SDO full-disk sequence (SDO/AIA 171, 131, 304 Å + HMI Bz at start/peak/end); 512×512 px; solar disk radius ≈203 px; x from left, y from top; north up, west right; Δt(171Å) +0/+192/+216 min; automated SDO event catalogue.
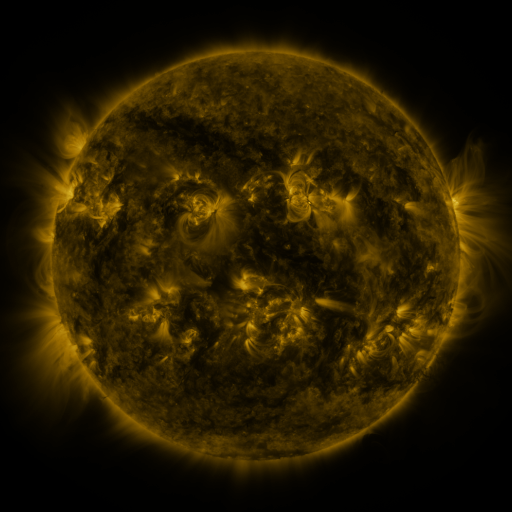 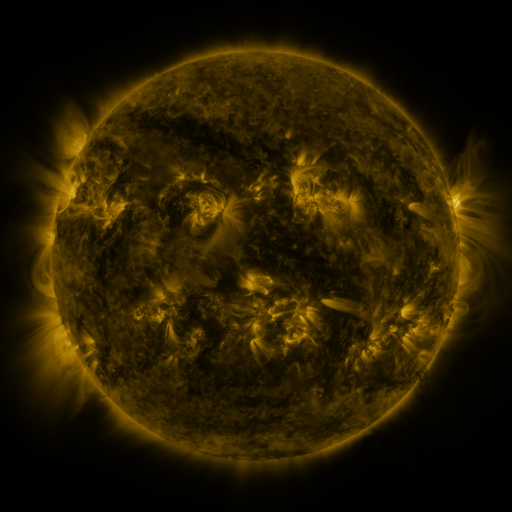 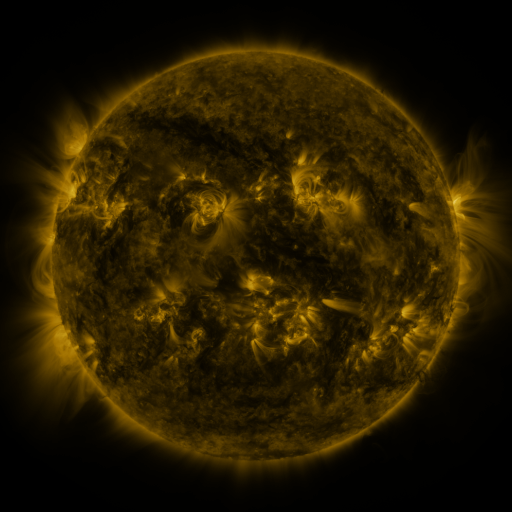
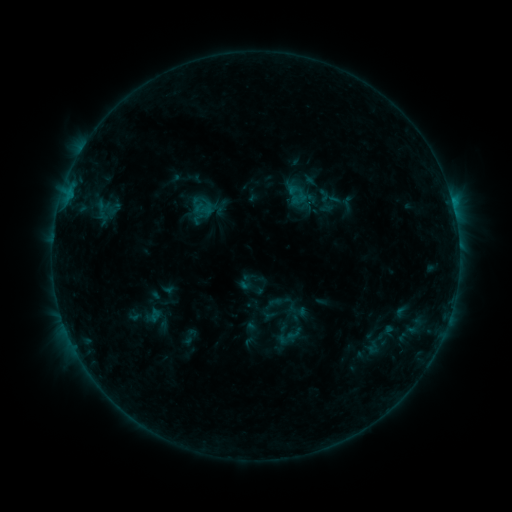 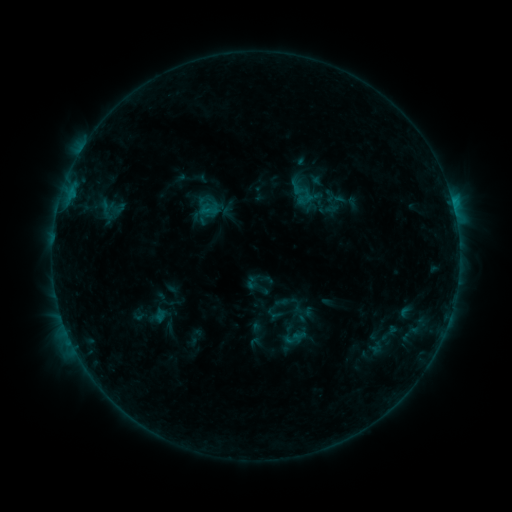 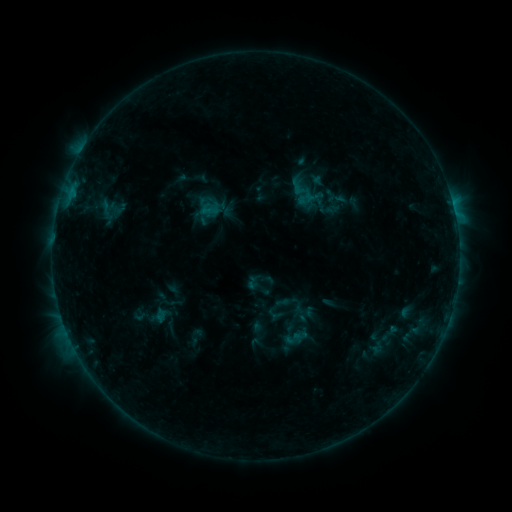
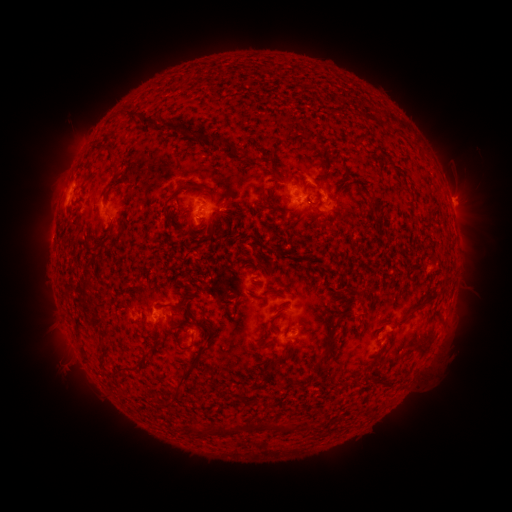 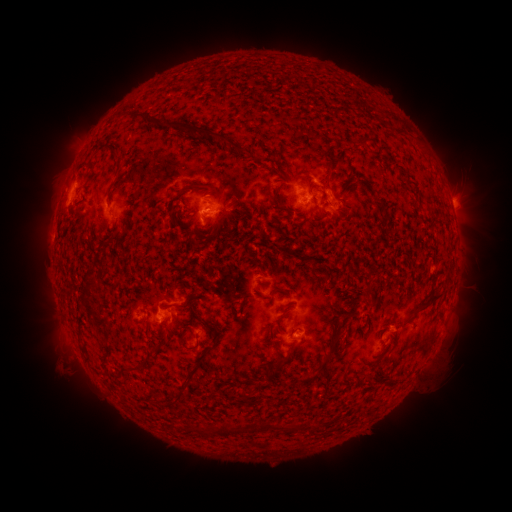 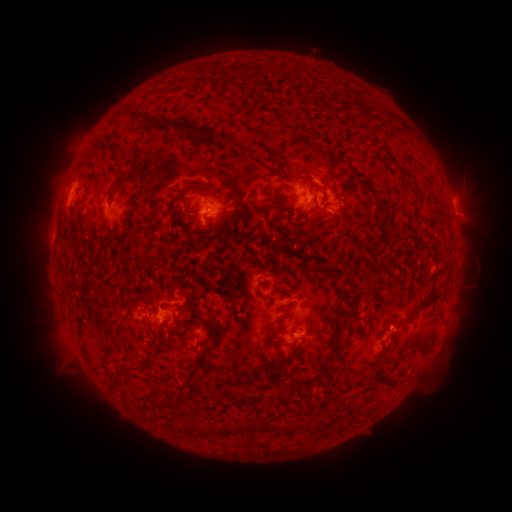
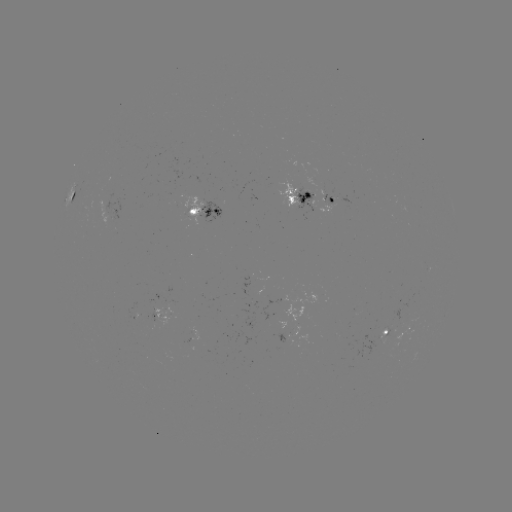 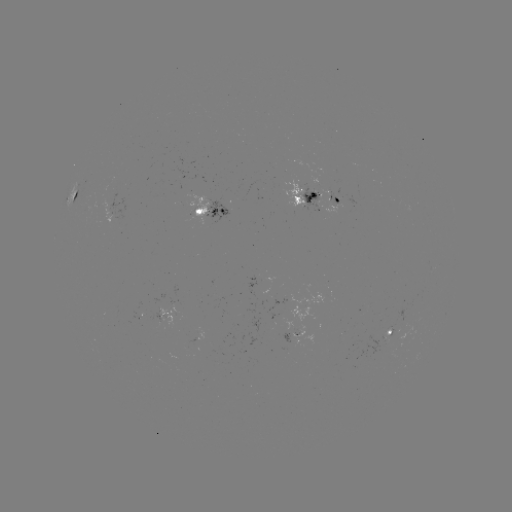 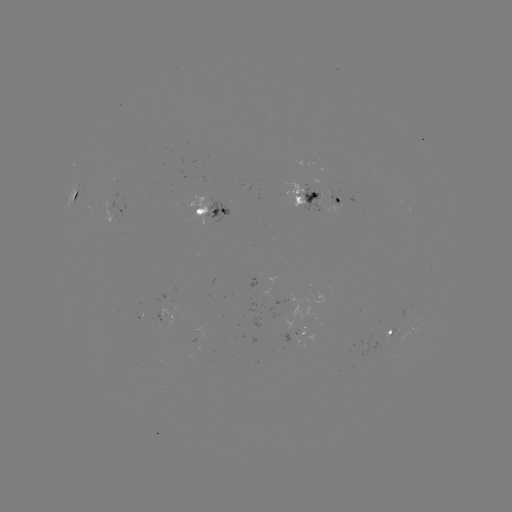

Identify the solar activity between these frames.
emerging-flux region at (161, 321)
